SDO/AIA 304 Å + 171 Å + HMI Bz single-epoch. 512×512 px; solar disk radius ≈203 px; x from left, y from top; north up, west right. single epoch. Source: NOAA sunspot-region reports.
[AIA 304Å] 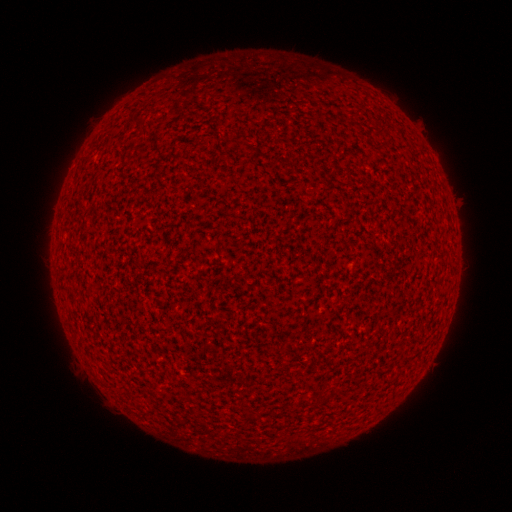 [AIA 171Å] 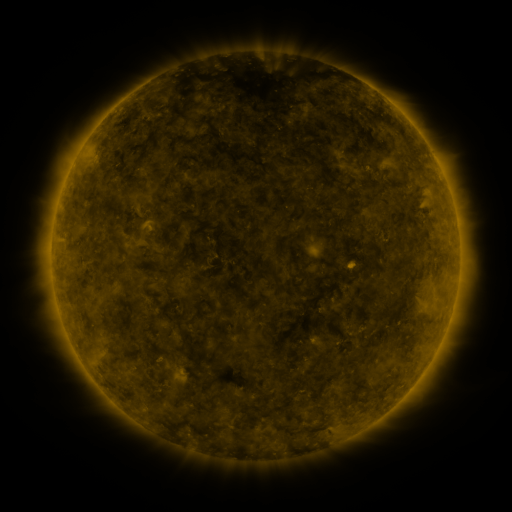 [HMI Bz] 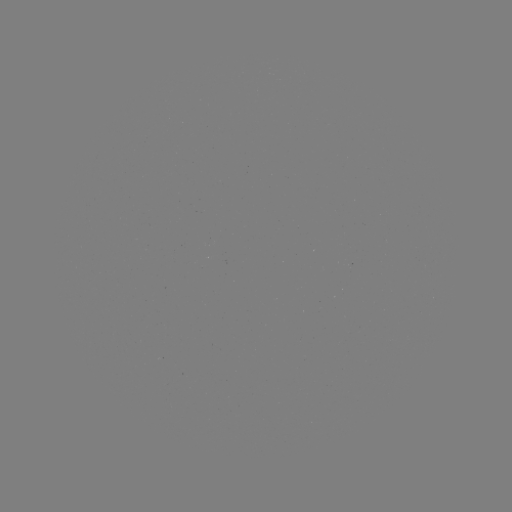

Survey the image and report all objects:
(none)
